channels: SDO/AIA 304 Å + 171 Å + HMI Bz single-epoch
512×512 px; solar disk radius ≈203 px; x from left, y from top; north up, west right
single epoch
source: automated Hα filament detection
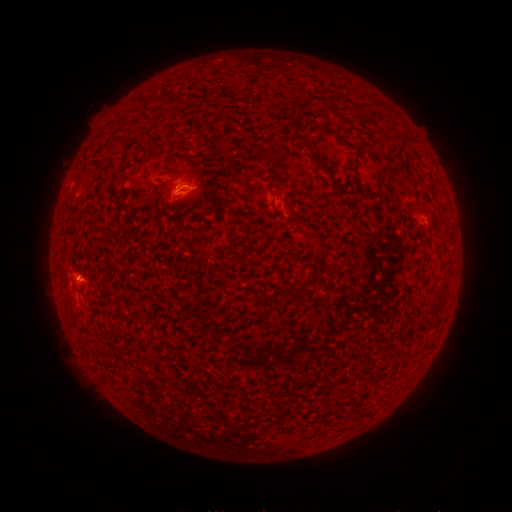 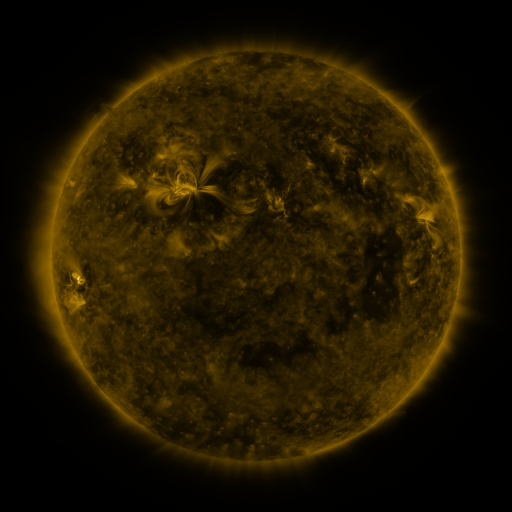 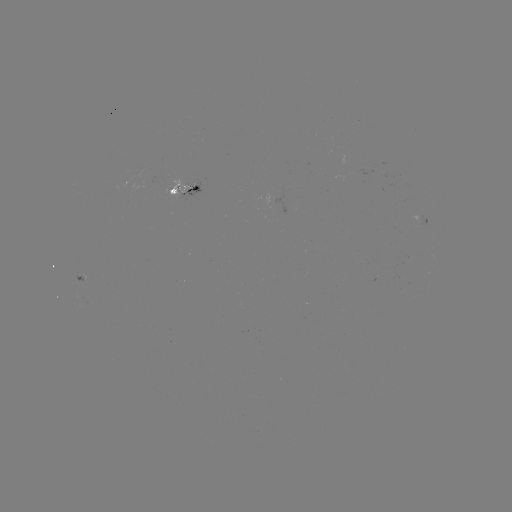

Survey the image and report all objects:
filament: (351, 102, 361, 116)
filament: (293, 130, 327, 170)
filament: (362, 188, 371, 196)
filament: (301, 272, 319, 286)
filament: (439, 280, 449, 289)
